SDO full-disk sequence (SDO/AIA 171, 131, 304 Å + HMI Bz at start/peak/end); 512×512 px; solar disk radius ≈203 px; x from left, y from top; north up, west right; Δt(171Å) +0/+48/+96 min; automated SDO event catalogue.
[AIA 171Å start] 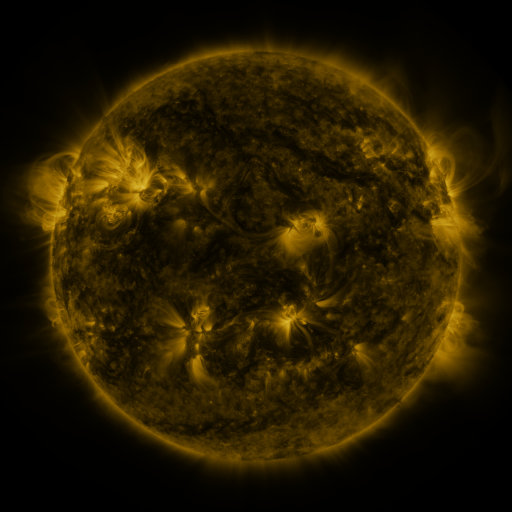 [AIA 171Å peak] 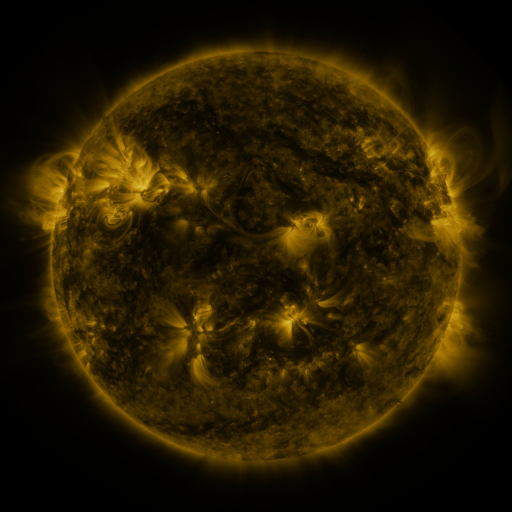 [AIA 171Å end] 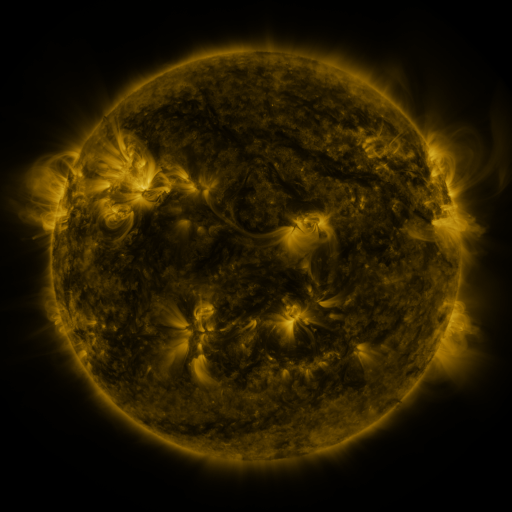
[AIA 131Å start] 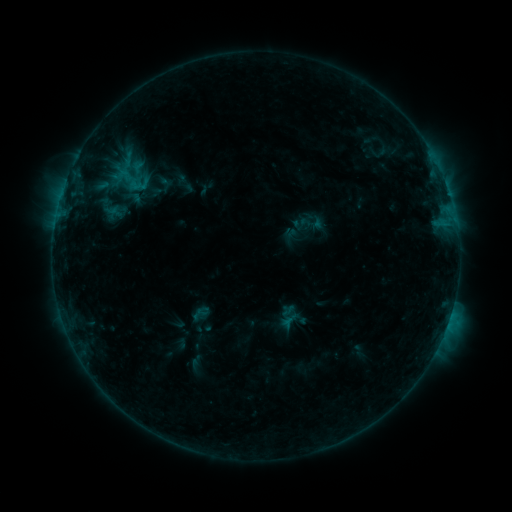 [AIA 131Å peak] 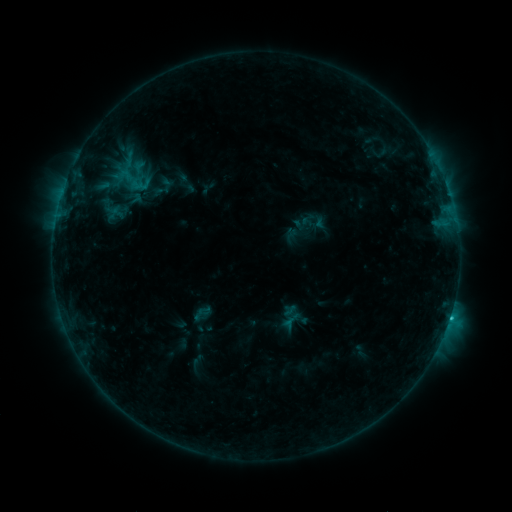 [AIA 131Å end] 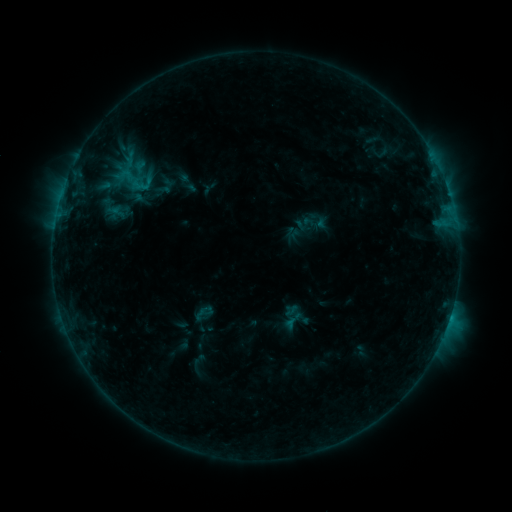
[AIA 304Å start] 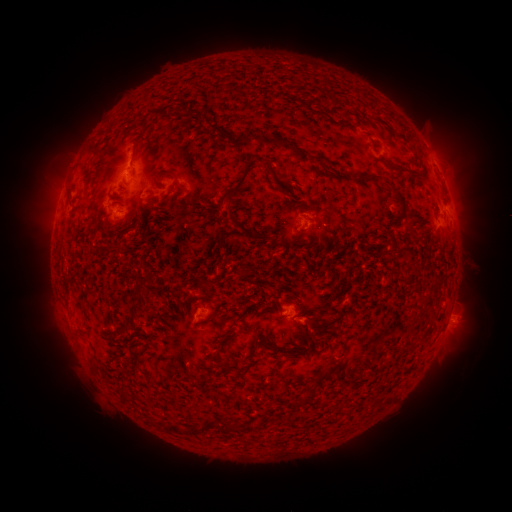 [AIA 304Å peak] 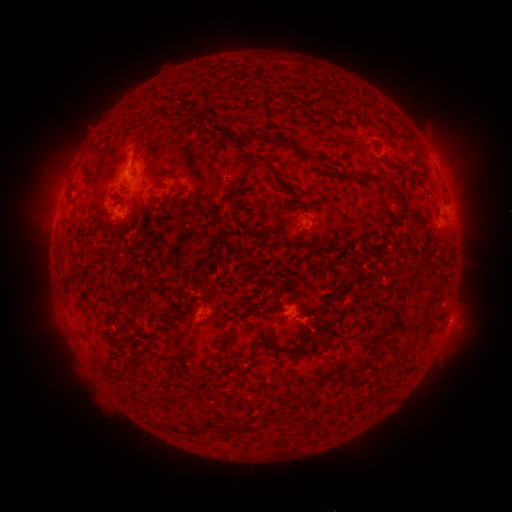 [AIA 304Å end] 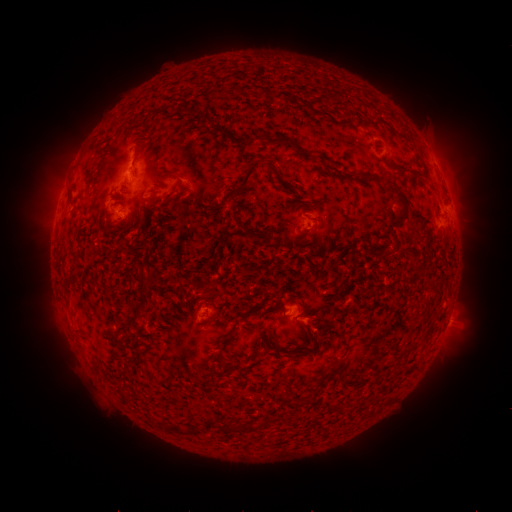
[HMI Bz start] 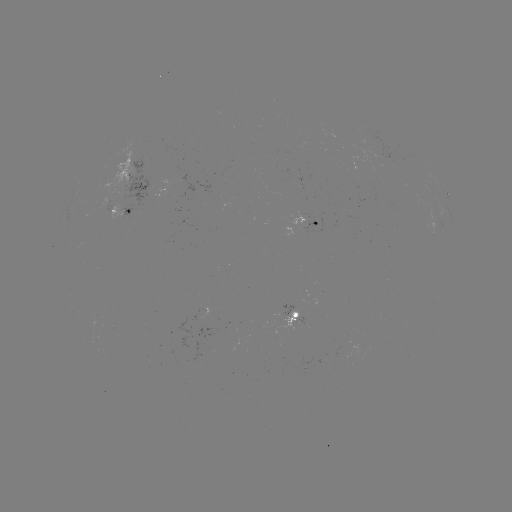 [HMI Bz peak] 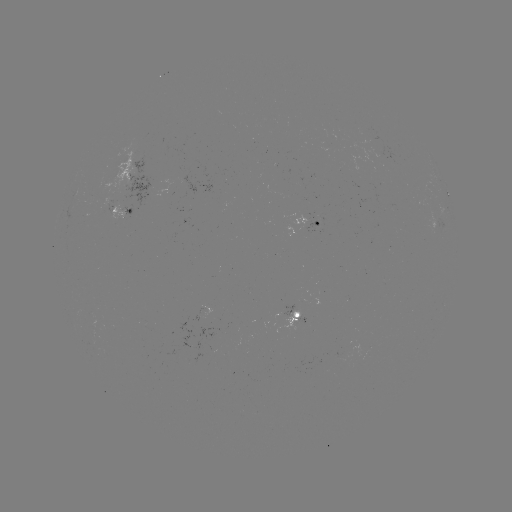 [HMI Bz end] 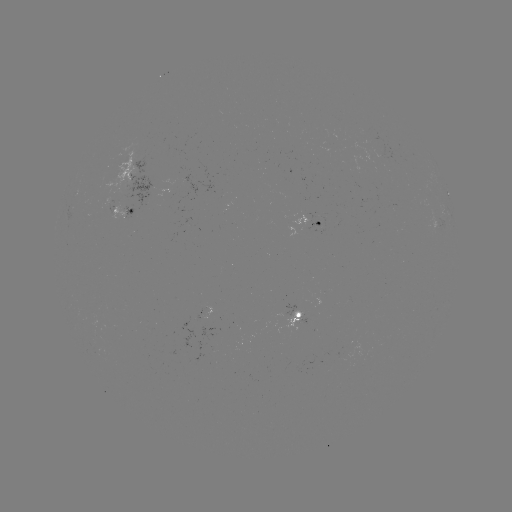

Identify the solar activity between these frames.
C1.2 flare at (450, 315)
